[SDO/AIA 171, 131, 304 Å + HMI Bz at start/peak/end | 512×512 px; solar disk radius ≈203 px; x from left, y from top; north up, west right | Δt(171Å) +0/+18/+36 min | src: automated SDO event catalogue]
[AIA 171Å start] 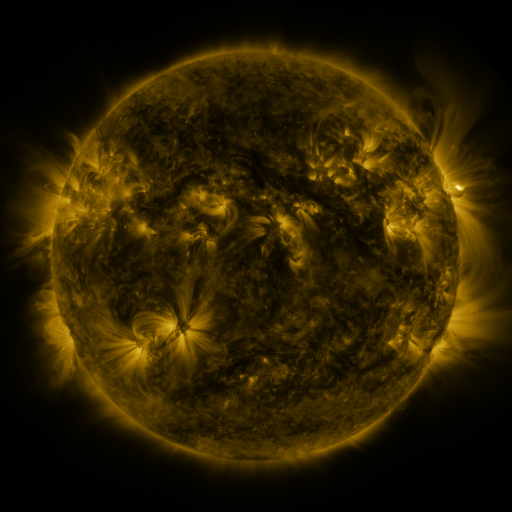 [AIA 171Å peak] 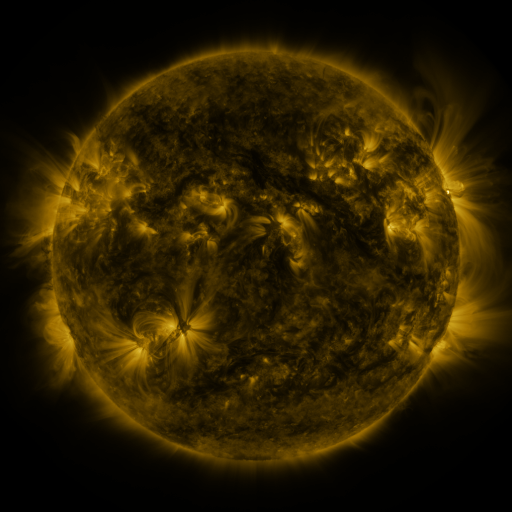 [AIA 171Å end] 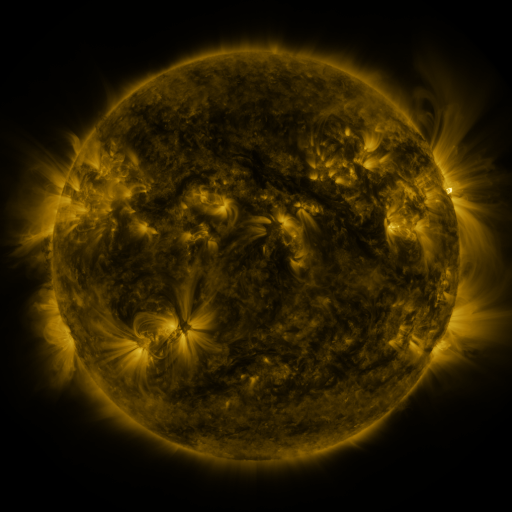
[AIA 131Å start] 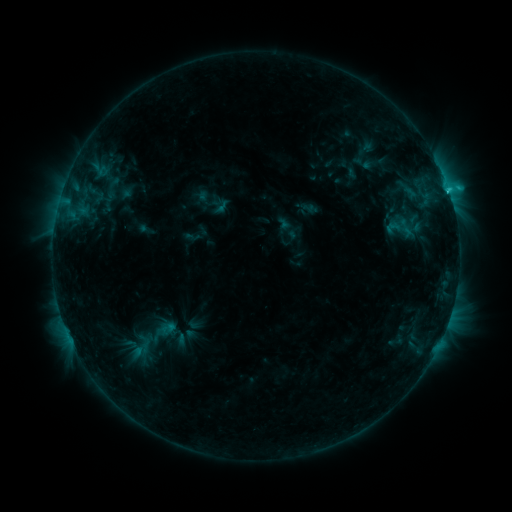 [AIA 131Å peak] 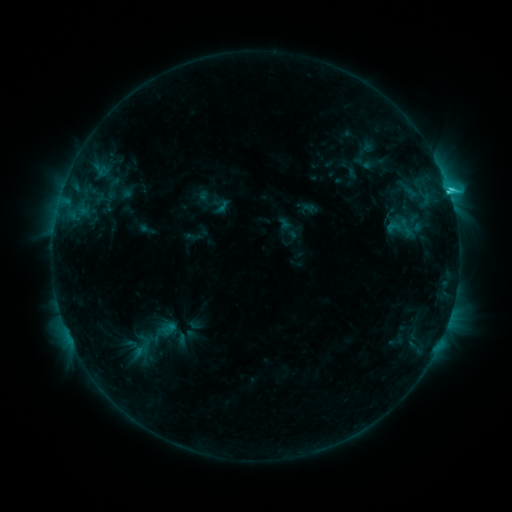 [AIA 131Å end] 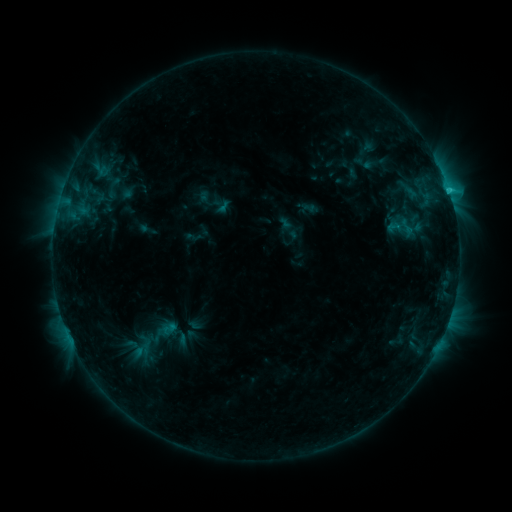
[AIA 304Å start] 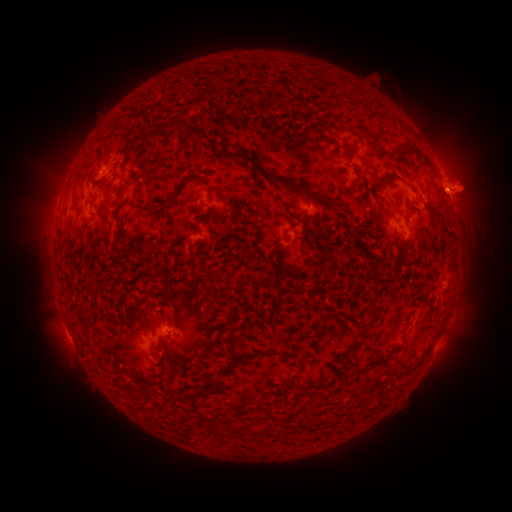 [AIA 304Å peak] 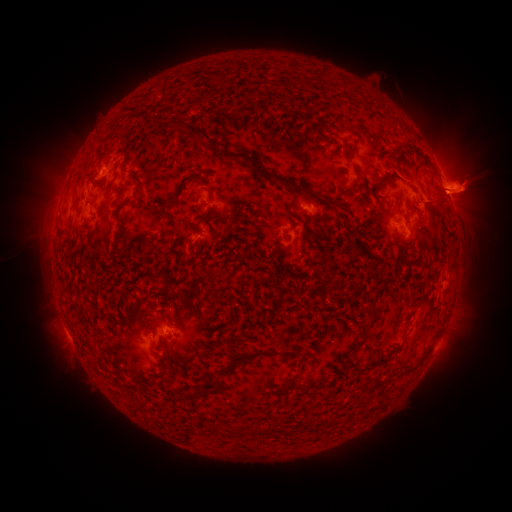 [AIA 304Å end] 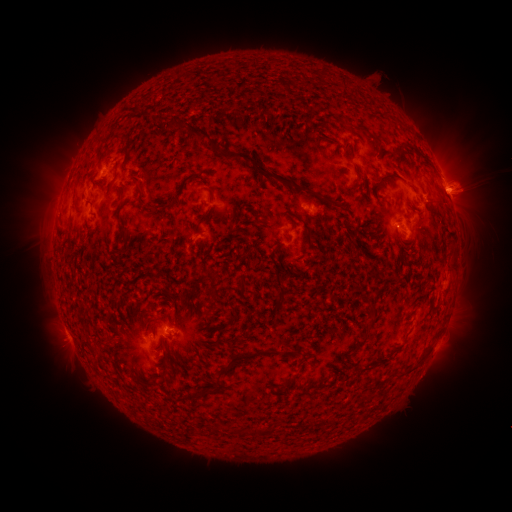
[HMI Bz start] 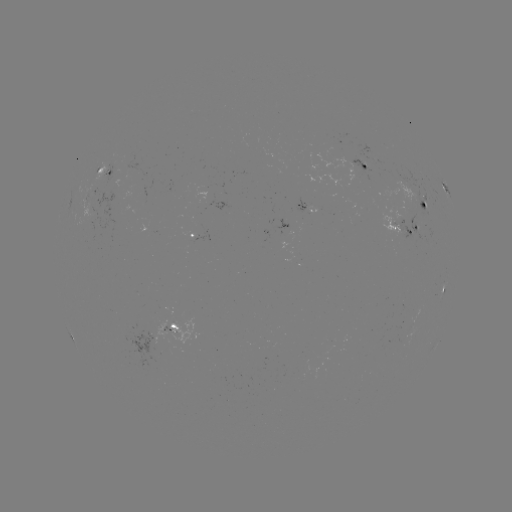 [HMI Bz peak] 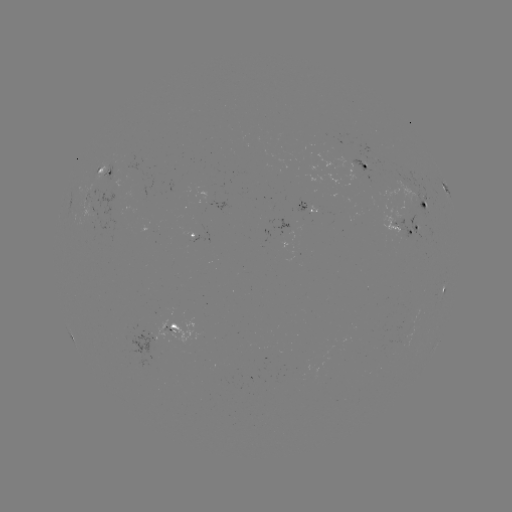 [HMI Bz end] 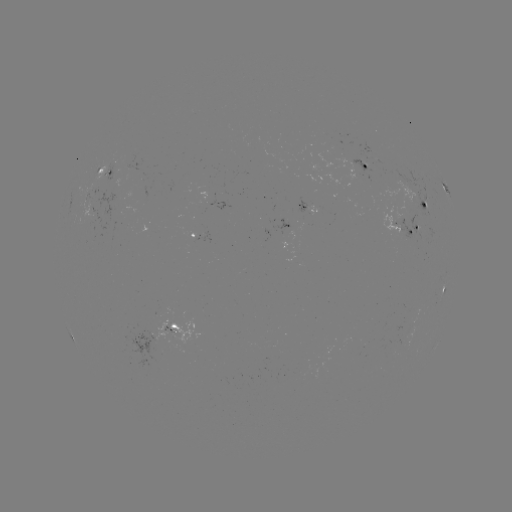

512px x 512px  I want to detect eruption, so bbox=[414, 107, 511, 294].